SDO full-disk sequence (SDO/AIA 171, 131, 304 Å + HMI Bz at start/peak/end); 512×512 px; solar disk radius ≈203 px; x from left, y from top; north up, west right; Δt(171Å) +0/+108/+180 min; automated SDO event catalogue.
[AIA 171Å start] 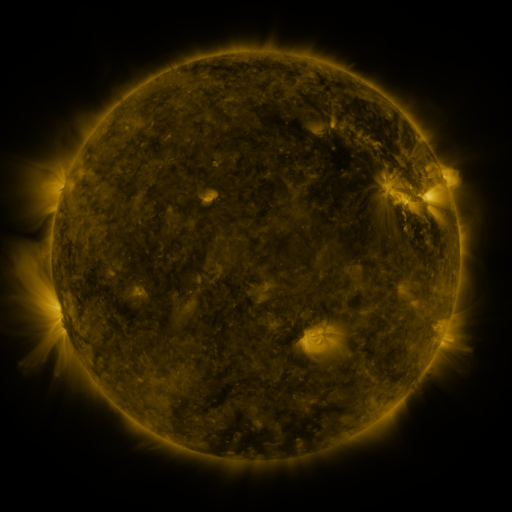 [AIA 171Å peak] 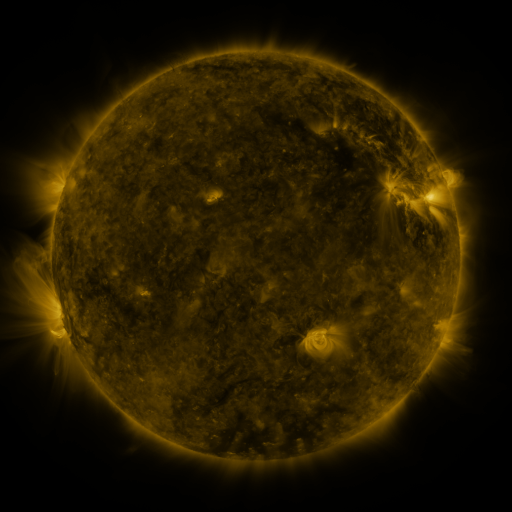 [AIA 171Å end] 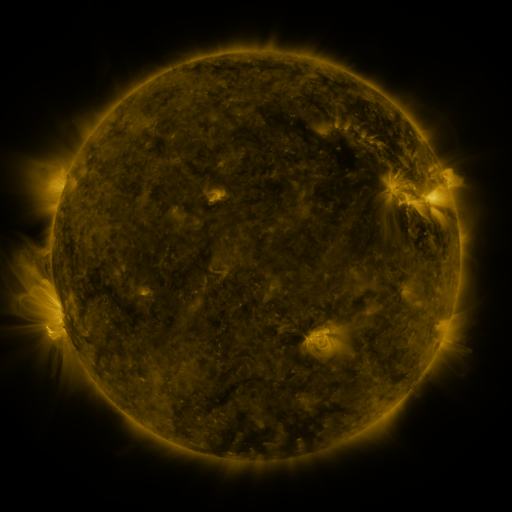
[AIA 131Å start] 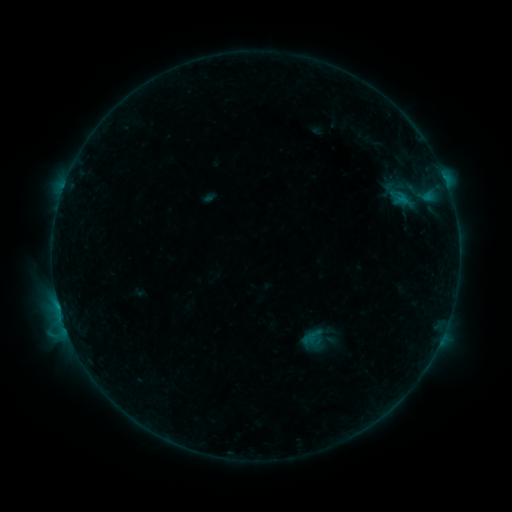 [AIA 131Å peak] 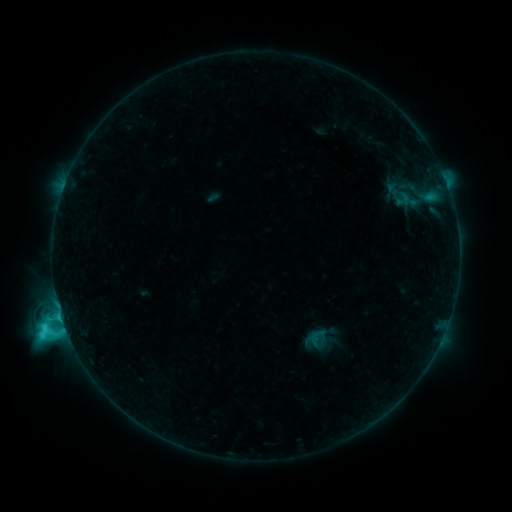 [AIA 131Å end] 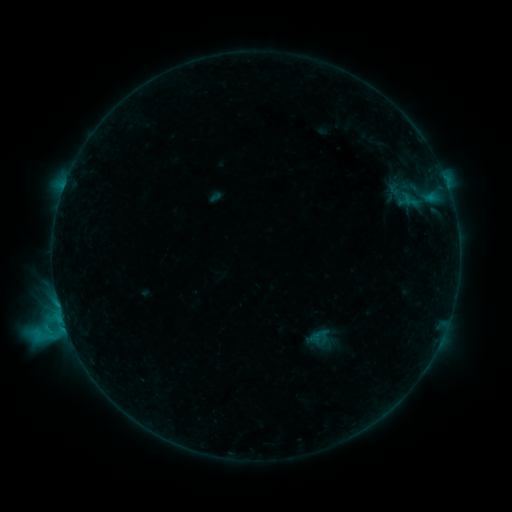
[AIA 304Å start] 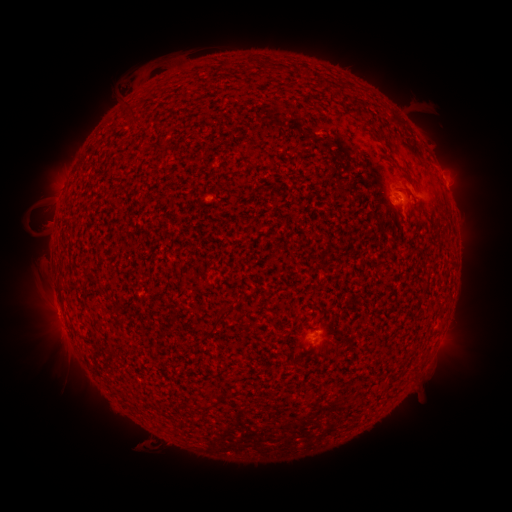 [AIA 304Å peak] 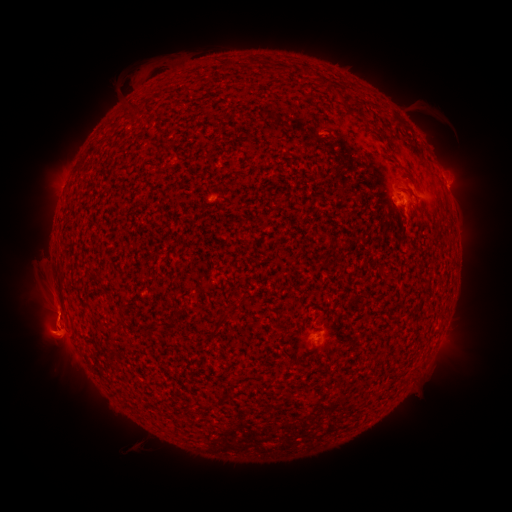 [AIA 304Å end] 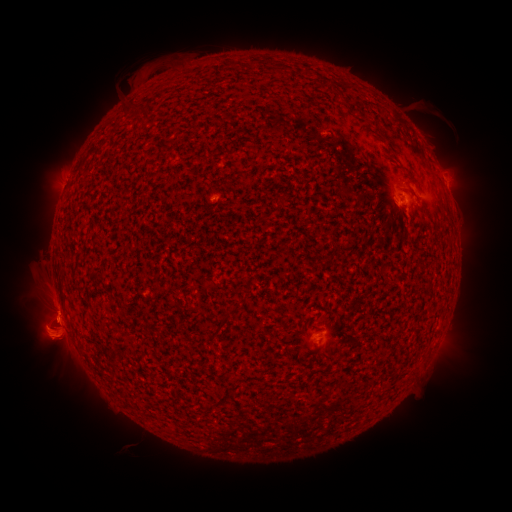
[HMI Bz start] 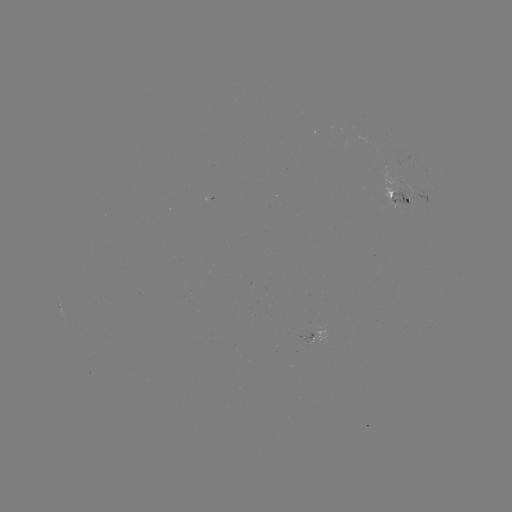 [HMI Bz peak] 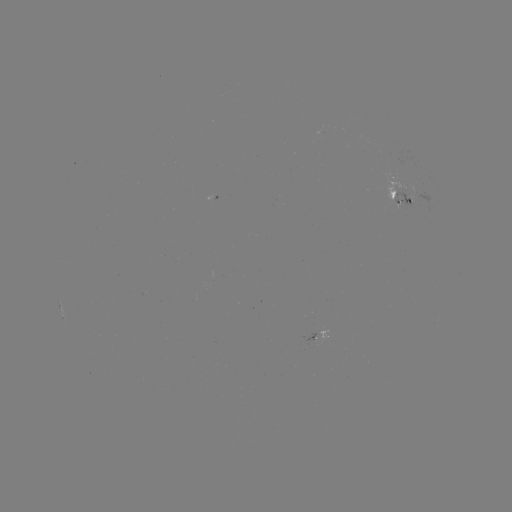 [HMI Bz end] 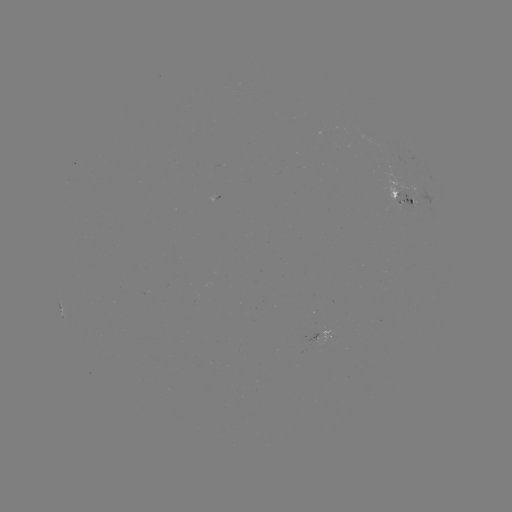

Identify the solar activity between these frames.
C4.2 flare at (65, 323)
